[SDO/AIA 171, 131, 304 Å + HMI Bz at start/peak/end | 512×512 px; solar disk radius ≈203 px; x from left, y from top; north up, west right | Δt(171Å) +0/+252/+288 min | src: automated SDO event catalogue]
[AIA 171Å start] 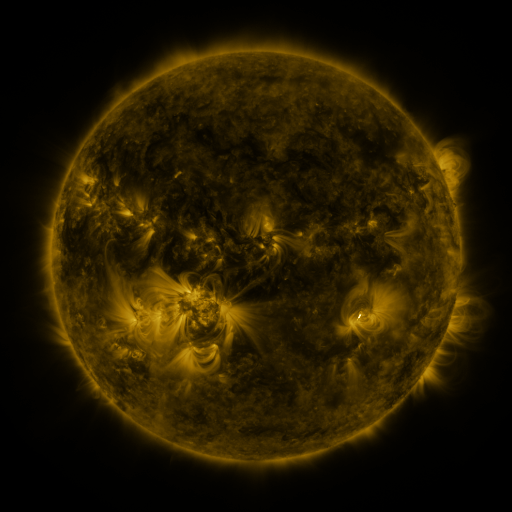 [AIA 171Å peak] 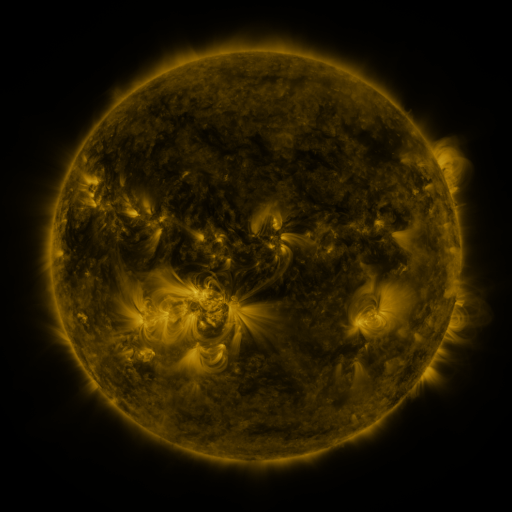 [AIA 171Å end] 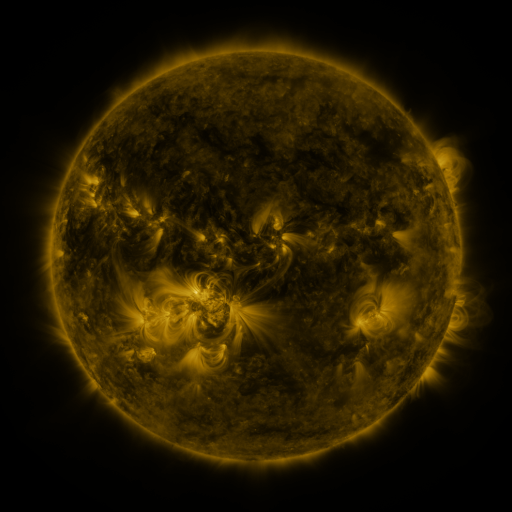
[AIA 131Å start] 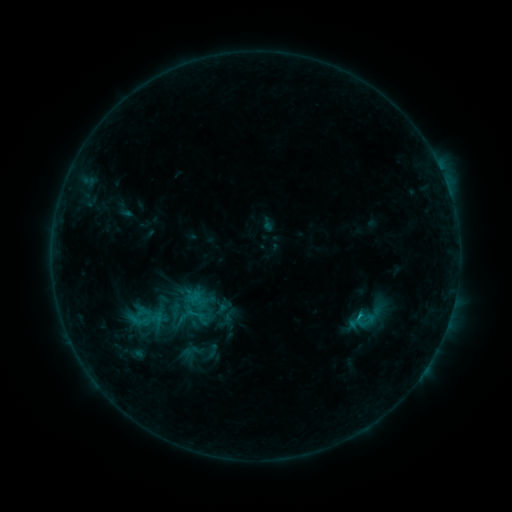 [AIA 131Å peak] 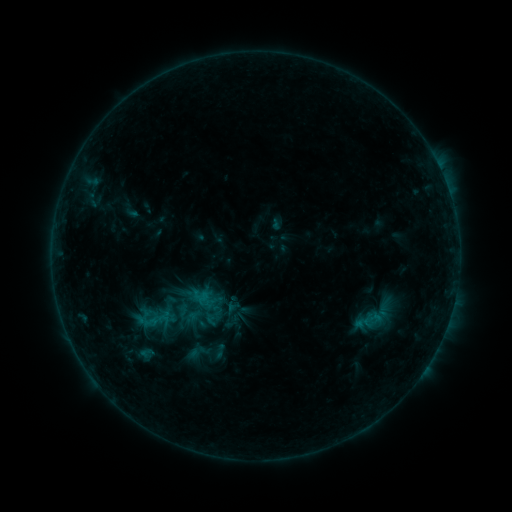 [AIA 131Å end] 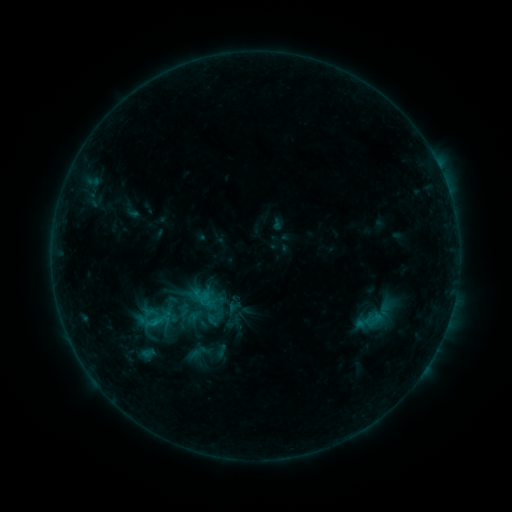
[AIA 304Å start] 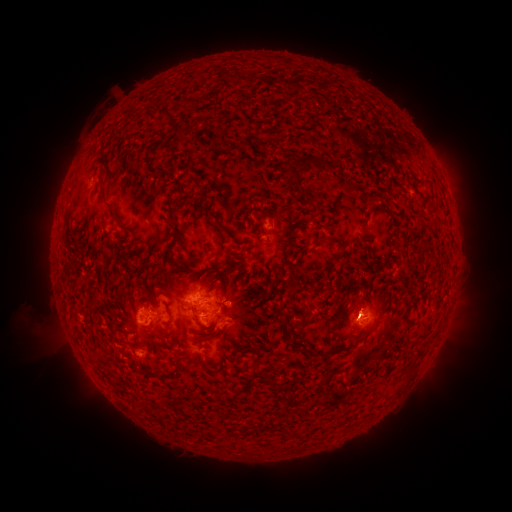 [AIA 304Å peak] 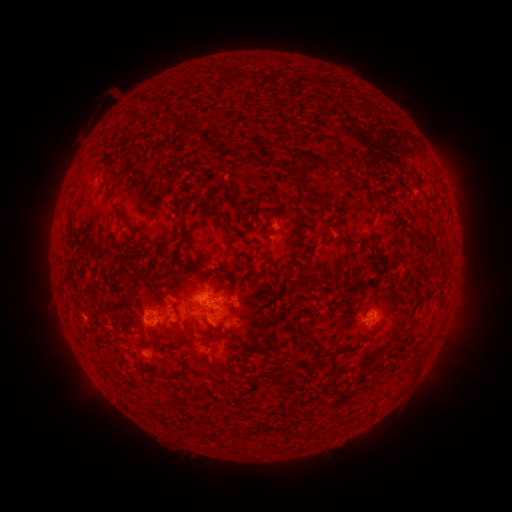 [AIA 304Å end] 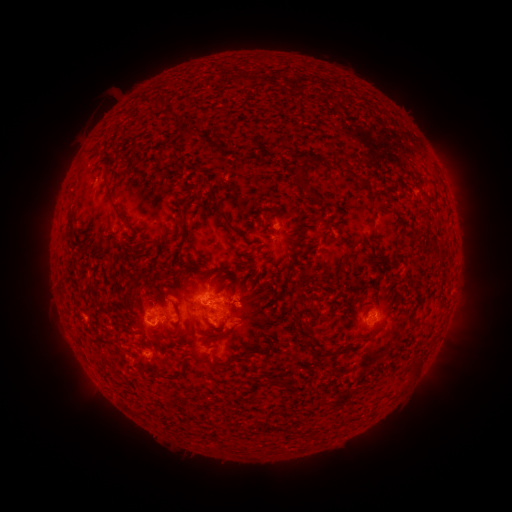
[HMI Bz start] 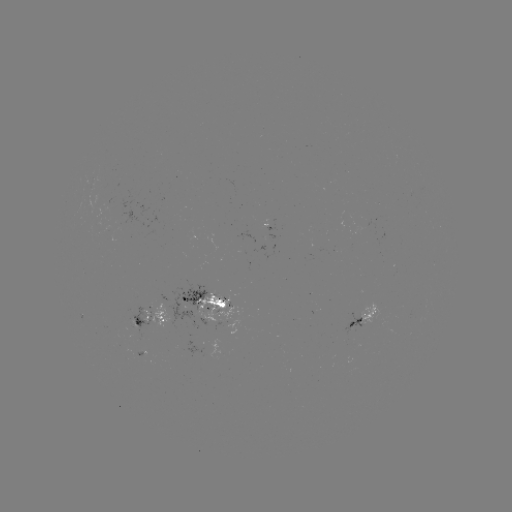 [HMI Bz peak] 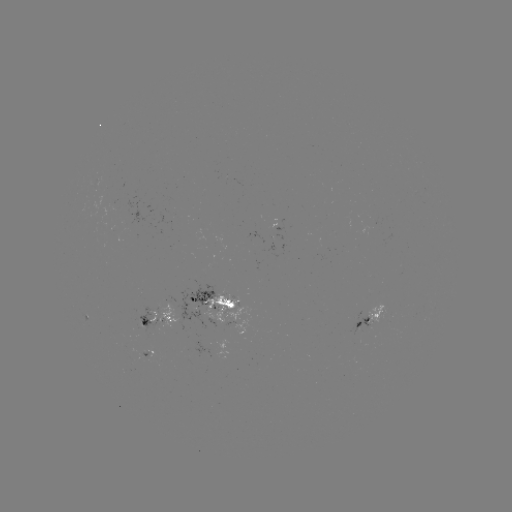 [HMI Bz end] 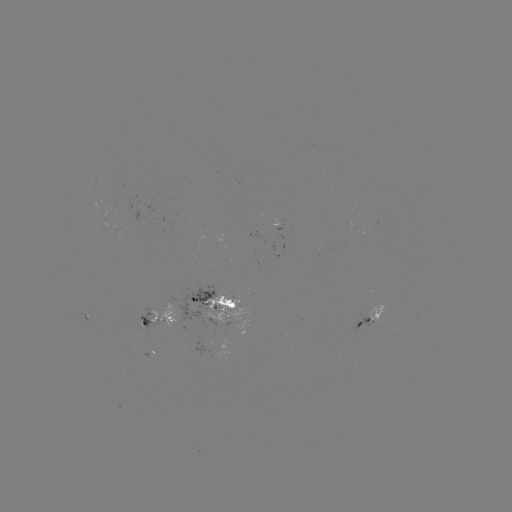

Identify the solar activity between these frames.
emerging-flux region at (359, 324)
